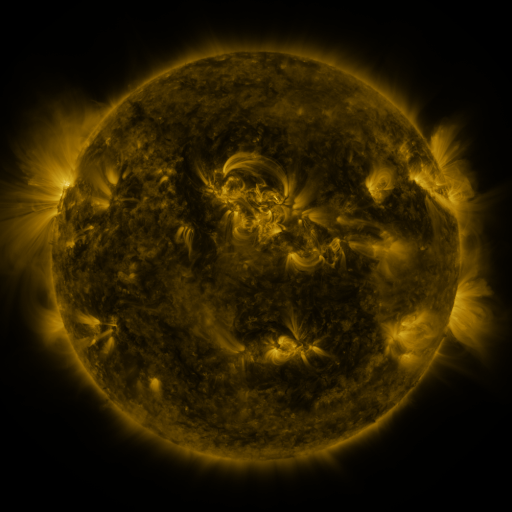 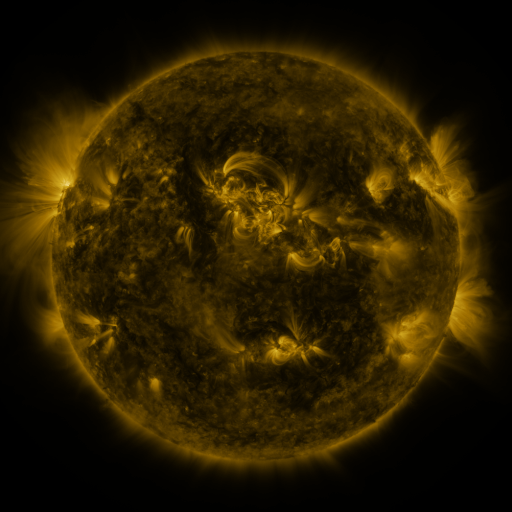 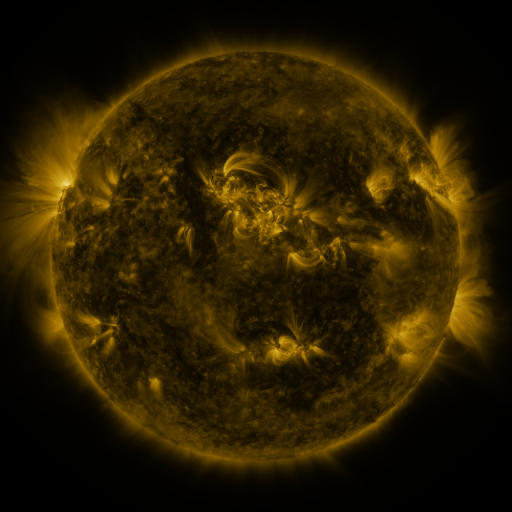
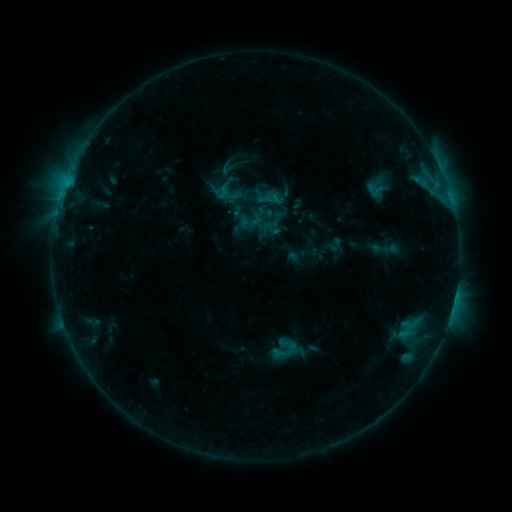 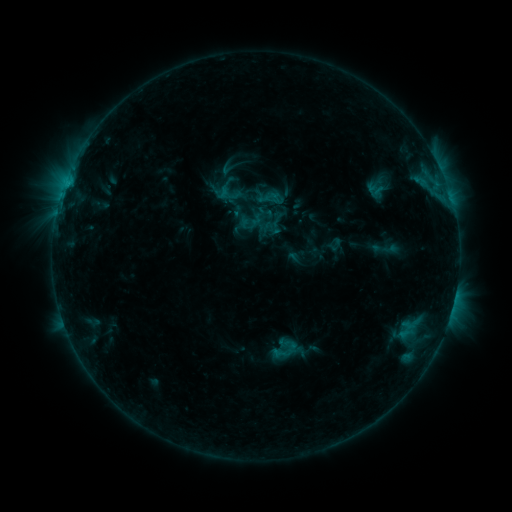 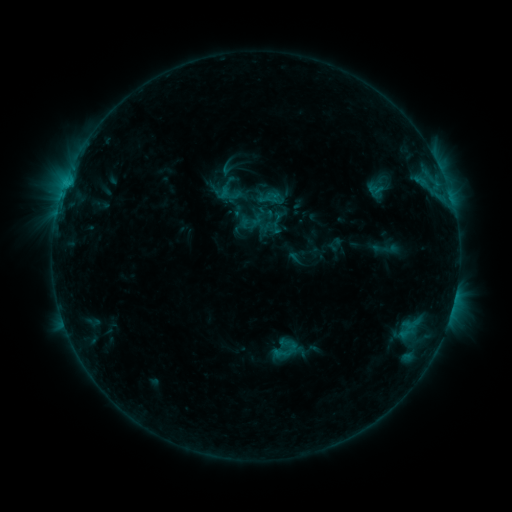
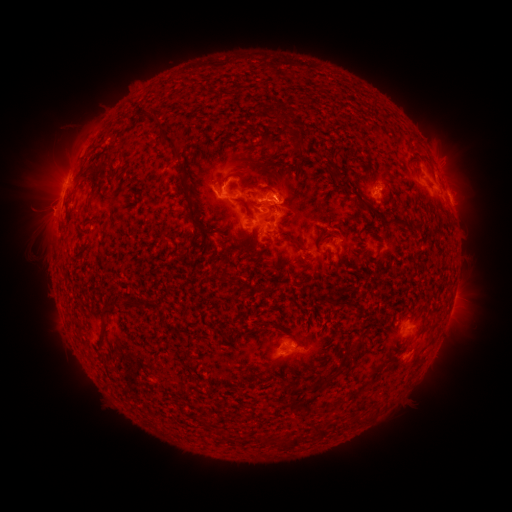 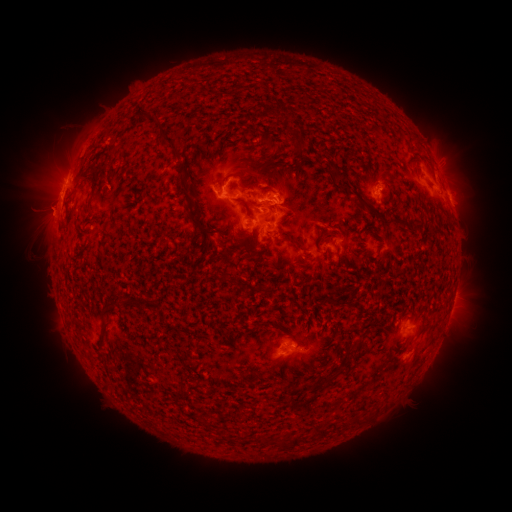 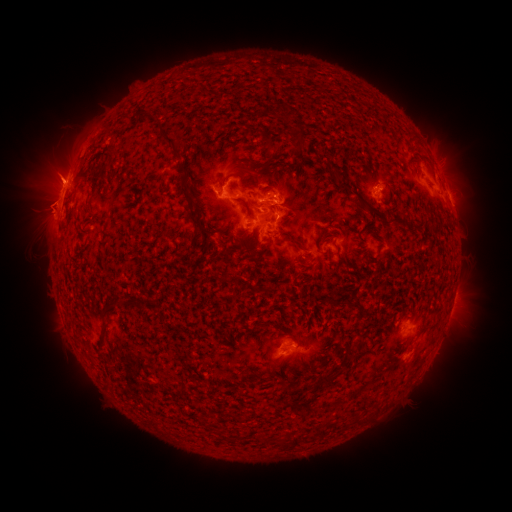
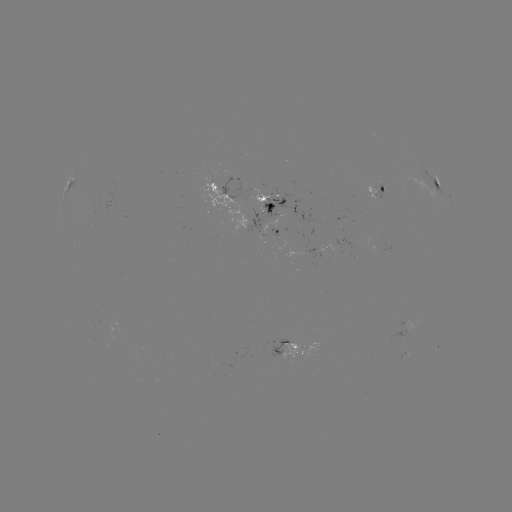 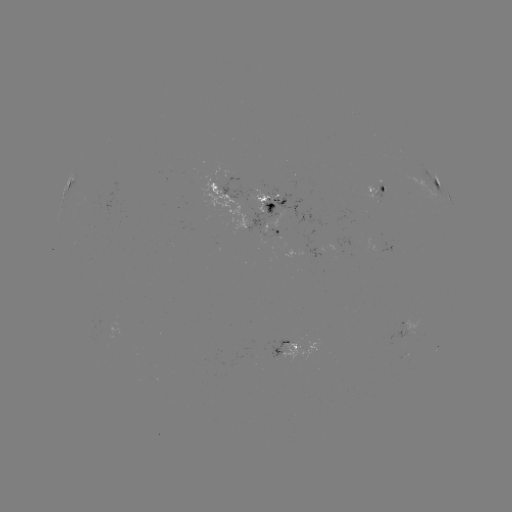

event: eruption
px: (47, 216)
